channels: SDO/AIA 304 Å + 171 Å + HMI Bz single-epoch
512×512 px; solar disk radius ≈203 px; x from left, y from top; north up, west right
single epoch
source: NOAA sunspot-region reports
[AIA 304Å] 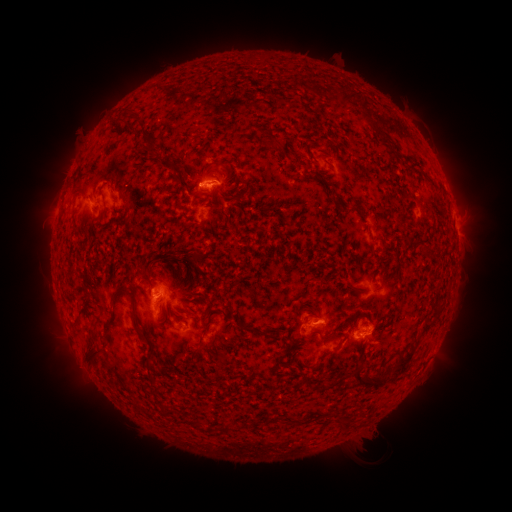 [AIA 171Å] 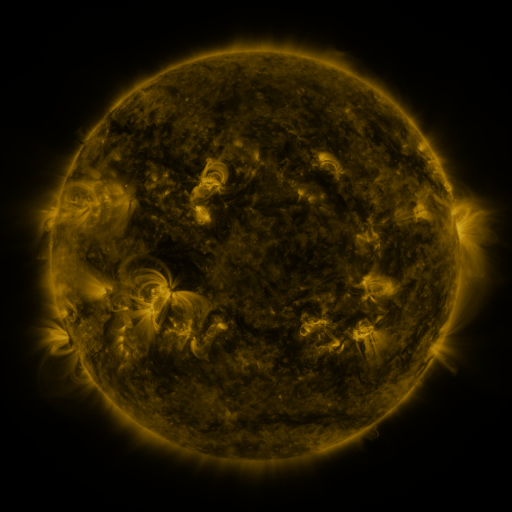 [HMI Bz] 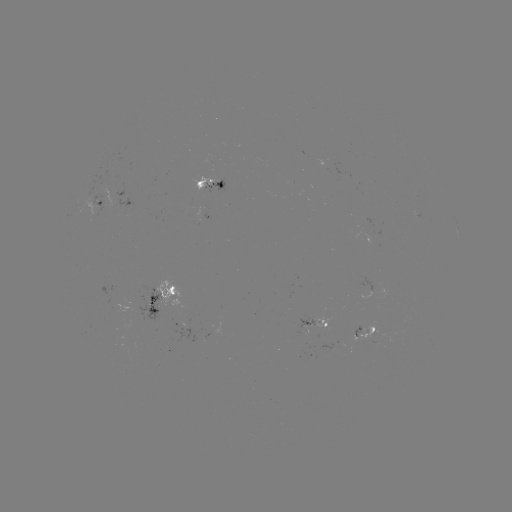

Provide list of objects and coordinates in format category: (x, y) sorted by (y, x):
spotted active region: (215, 182)
spotted active region: (103, 198)
spotted active region: (163, 296)
spotted active region: (313, 322)
spotted active region: (363, 331)
